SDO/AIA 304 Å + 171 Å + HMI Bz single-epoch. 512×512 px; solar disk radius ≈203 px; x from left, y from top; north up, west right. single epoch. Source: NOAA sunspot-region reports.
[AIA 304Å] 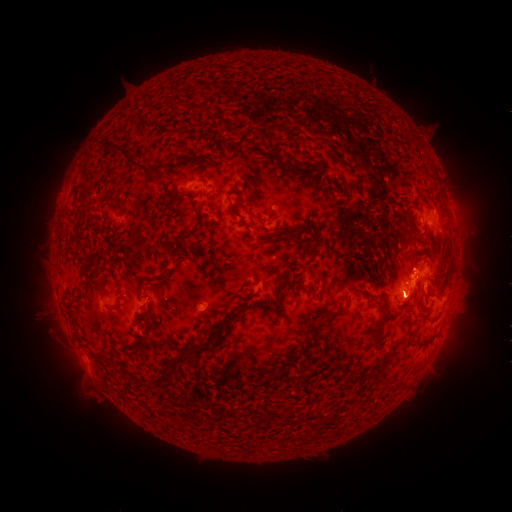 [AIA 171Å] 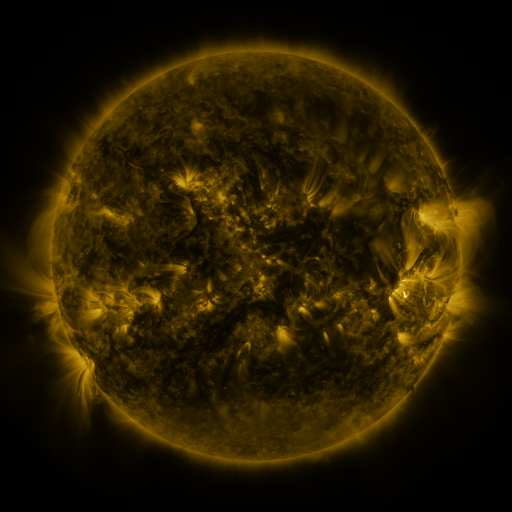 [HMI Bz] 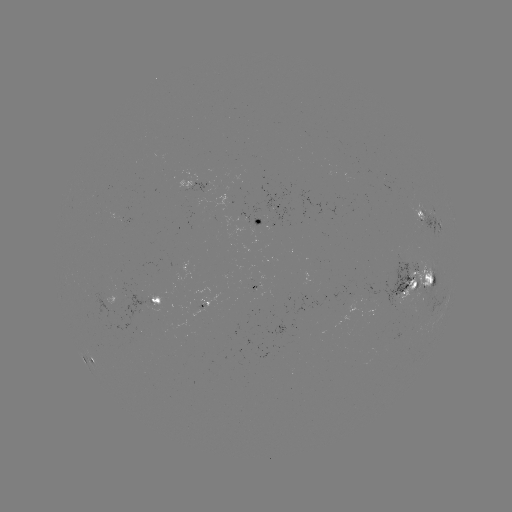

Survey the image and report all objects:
spotted active region: (195, 186)
spotted active region: (426, 212)
spotted active region: (263, 219)
spotted active region: (418, 282)
spotted active region: (262, 283)
spotted active region: (157, 296)
spotted active region: (91, 363)
